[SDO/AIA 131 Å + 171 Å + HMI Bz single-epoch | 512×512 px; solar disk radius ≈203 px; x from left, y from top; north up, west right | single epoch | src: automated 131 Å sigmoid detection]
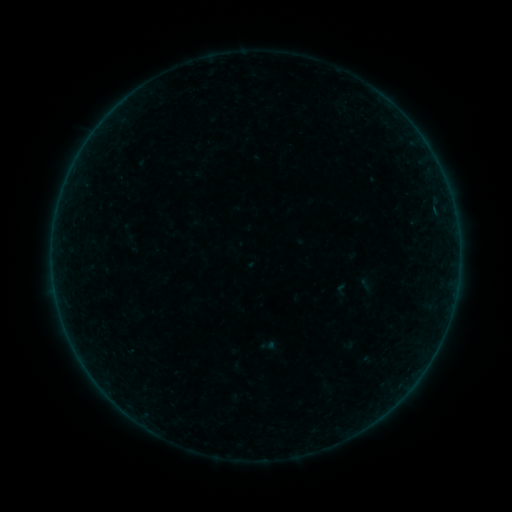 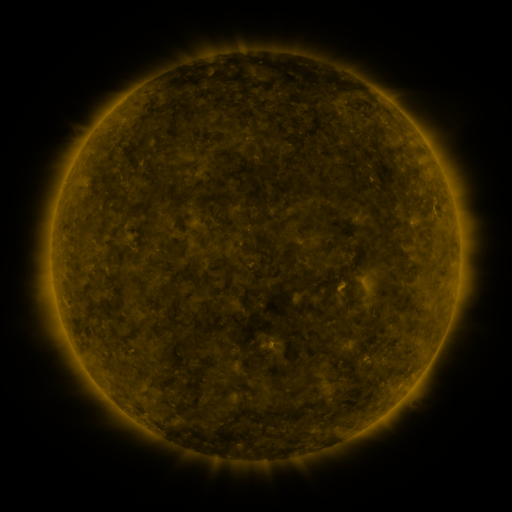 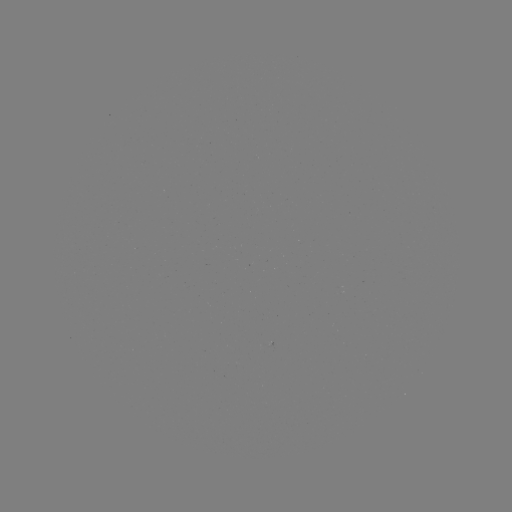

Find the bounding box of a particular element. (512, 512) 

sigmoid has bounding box [333, 281, 350, 298].